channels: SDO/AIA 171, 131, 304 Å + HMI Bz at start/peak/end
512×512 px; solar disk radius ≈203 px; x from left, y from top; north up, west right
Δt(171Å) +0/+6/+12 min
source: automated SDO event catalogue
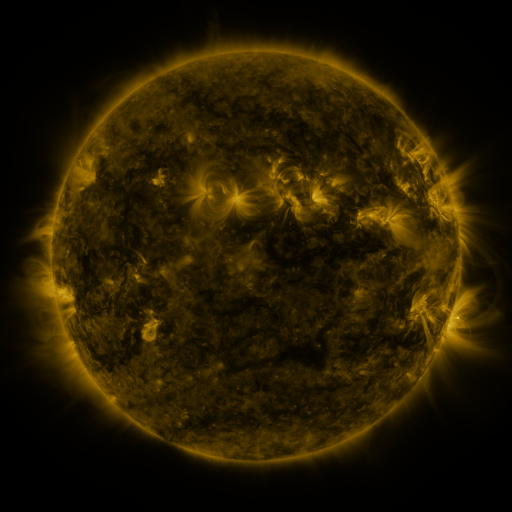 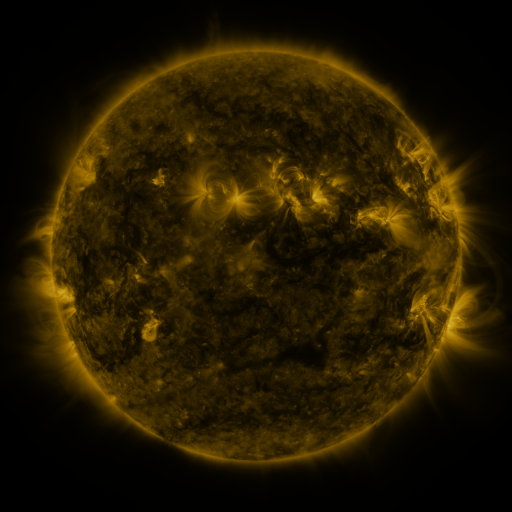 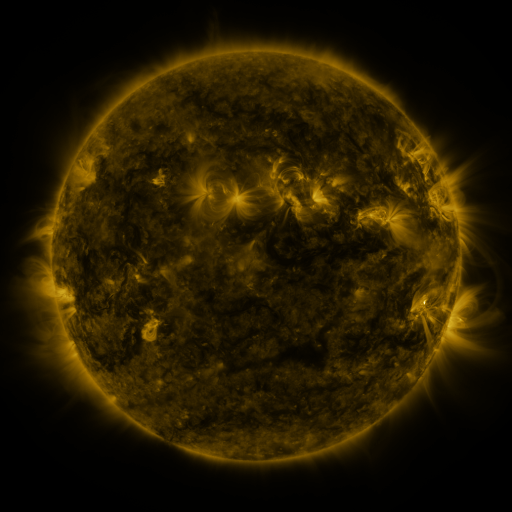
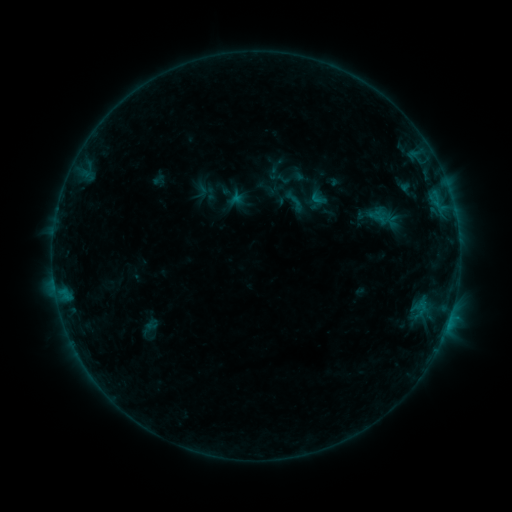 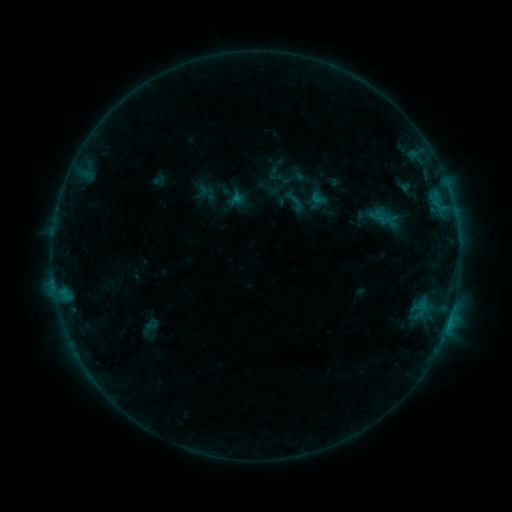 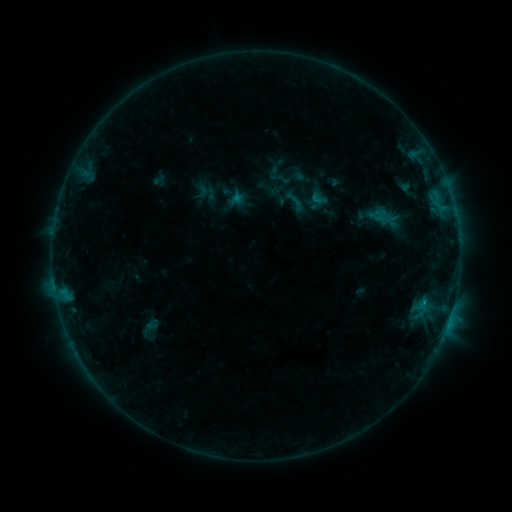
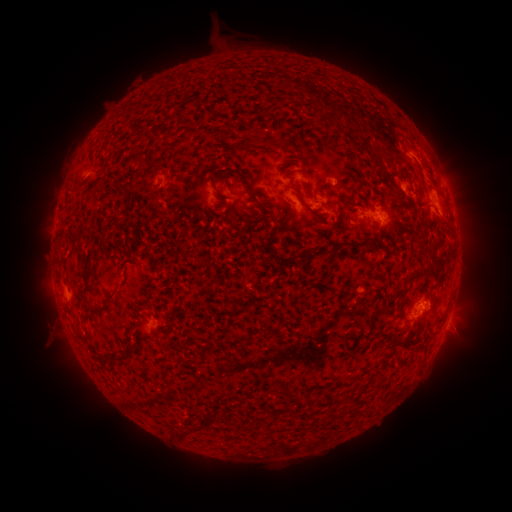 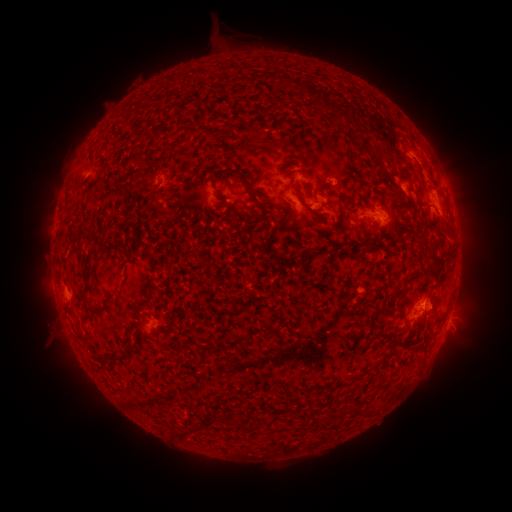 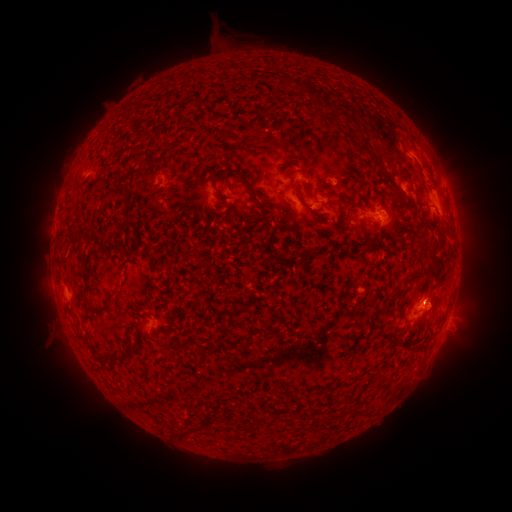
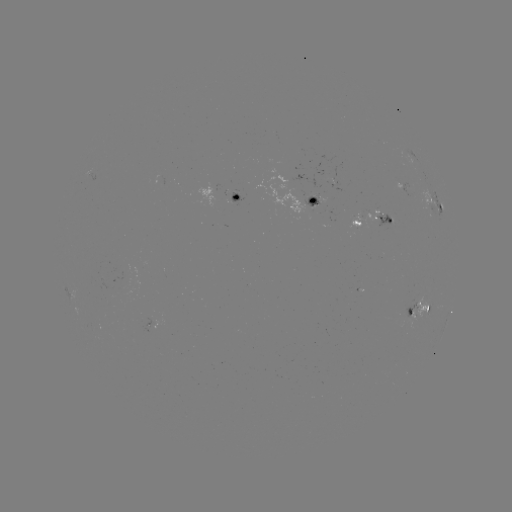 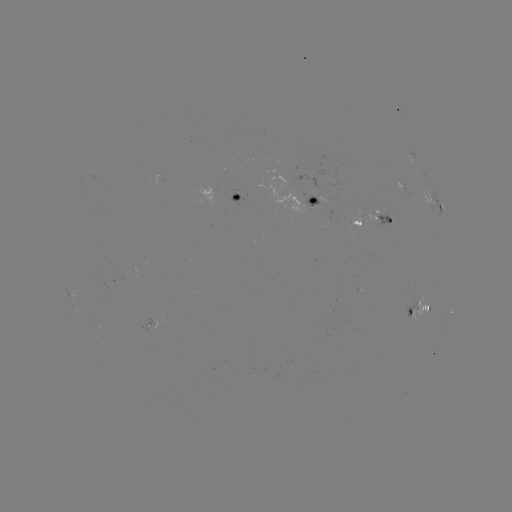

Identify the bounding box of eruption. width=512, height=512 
[407, 270, 458, 329].